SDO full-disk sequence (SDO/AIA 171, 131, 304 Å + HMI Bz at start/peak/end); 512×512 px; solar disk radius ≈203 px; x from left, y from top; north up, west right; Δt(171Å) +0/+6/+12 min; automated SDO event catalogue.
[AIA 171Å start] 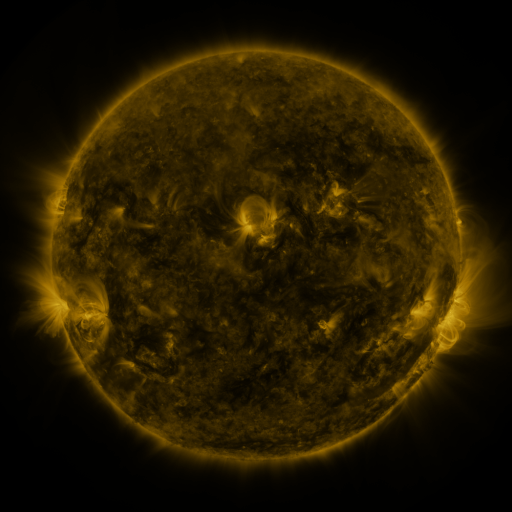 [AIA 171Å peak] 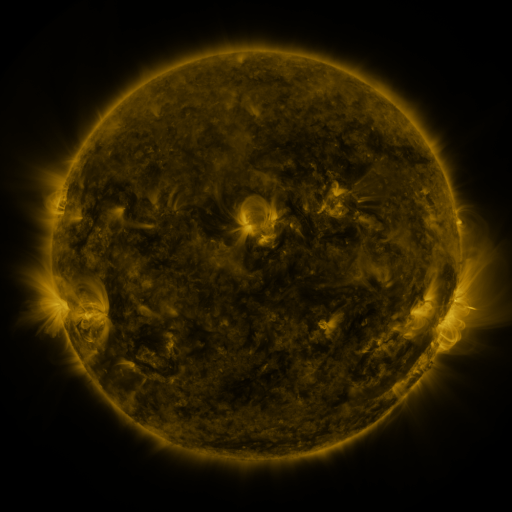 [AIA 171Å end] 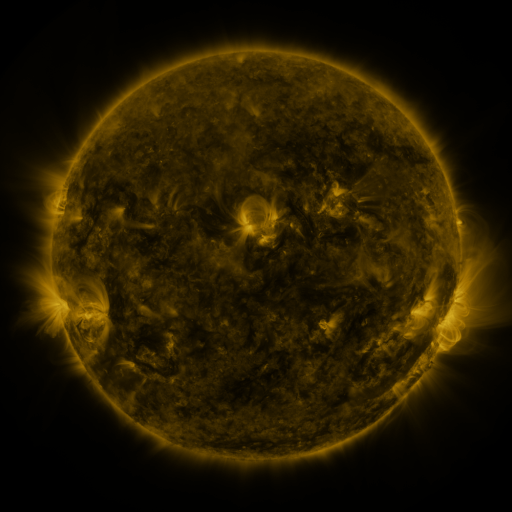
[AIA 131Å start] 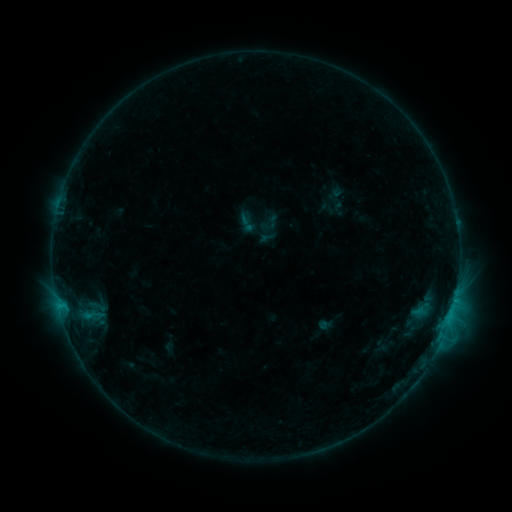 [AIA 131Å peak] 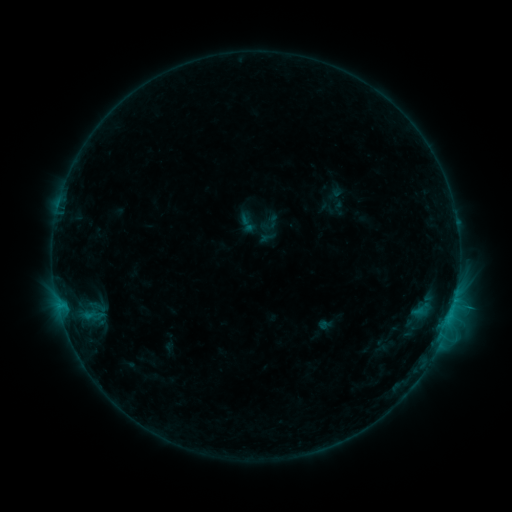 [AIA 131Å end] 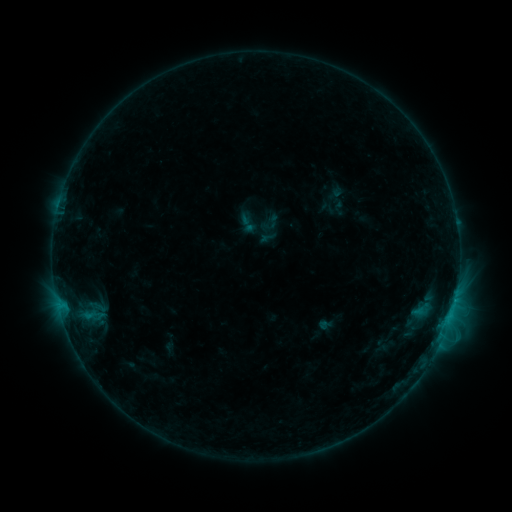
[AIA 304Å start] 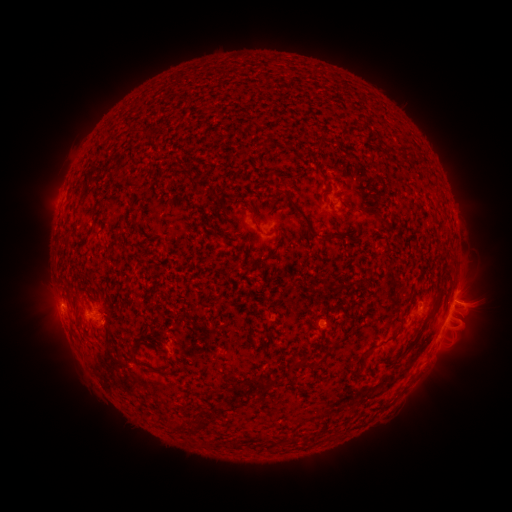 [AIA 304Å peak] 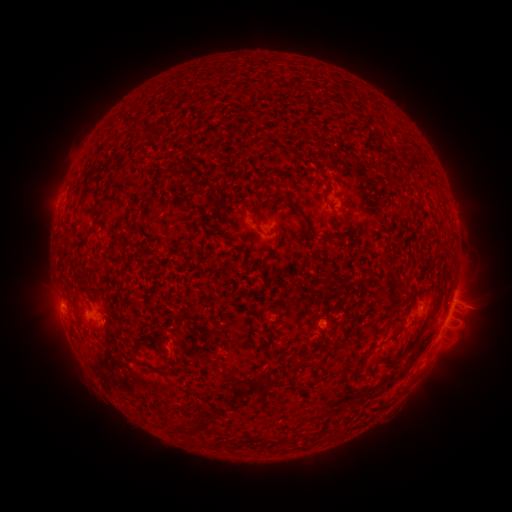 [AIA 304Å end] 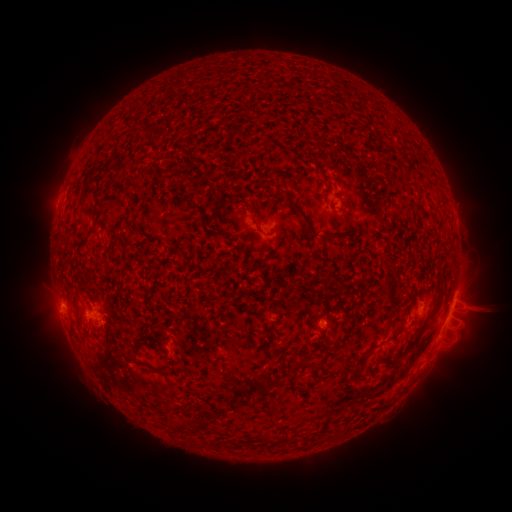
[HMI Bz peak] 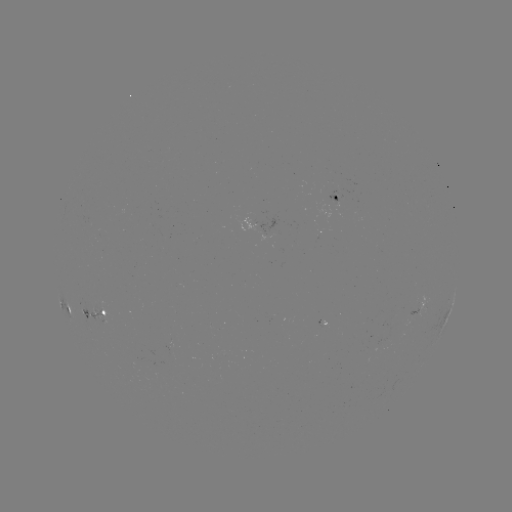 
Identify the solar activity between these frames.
C1.3 flare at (447, 318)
